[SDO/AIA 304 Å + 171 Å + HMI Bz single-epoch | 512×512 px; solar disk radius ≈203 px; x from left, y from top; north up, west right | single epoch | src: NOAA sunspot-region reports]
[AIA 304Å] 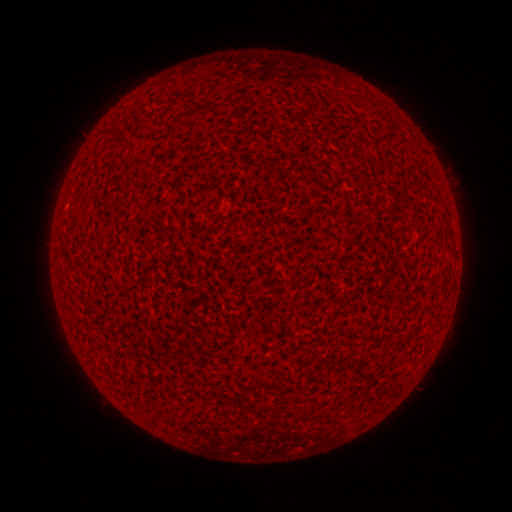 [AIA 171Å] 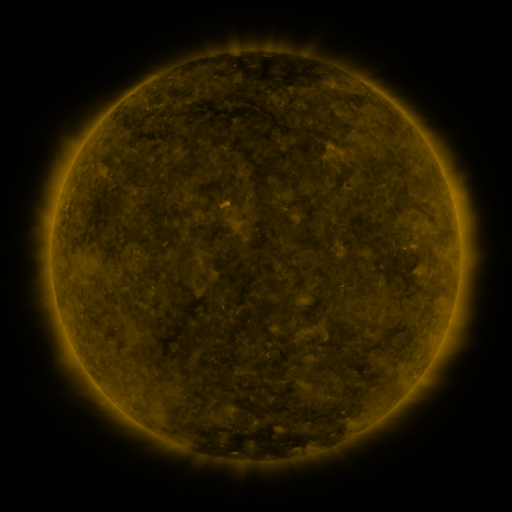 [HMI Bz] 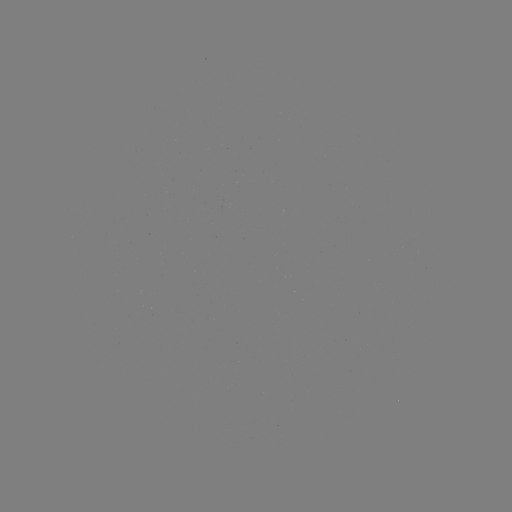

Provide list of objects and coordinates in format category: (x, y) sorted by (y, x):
(none)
